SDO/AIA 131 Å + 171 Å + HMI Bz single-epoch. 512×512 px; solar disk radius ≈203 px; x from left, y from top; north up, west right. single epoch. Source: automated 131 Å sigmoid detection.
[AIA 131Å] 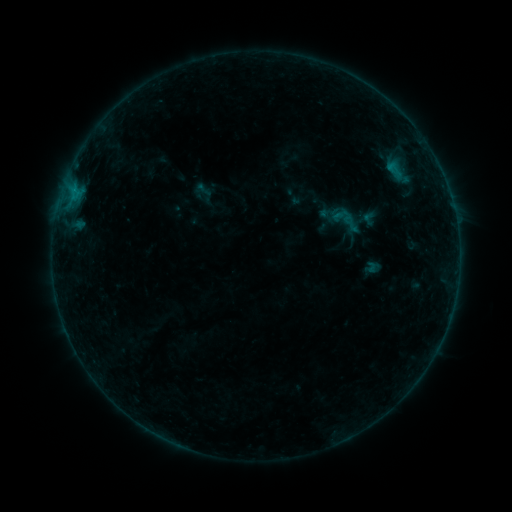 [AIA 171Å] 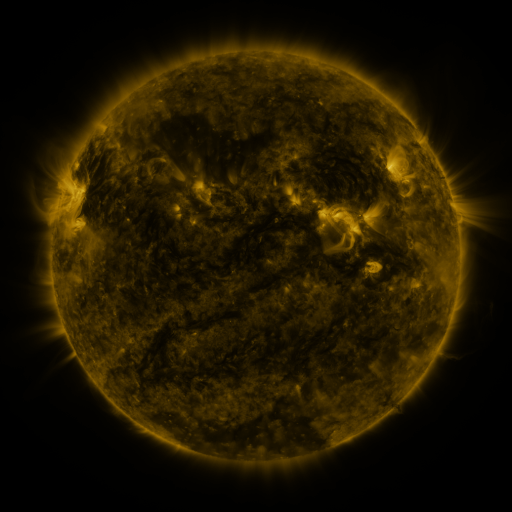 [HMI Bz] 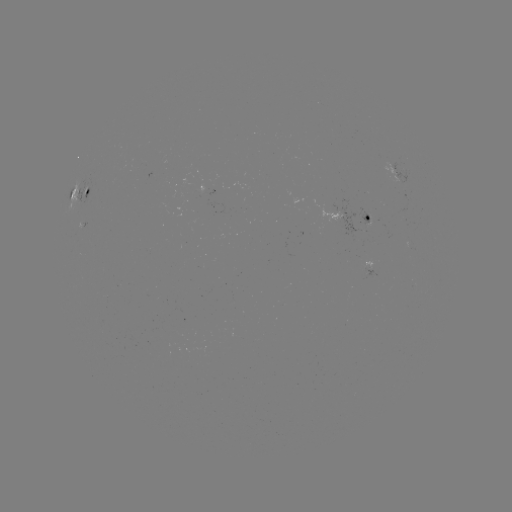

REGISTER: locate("sigmoid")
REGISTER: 343,219